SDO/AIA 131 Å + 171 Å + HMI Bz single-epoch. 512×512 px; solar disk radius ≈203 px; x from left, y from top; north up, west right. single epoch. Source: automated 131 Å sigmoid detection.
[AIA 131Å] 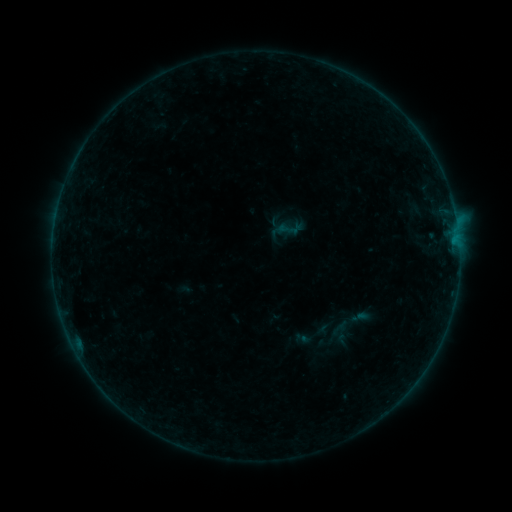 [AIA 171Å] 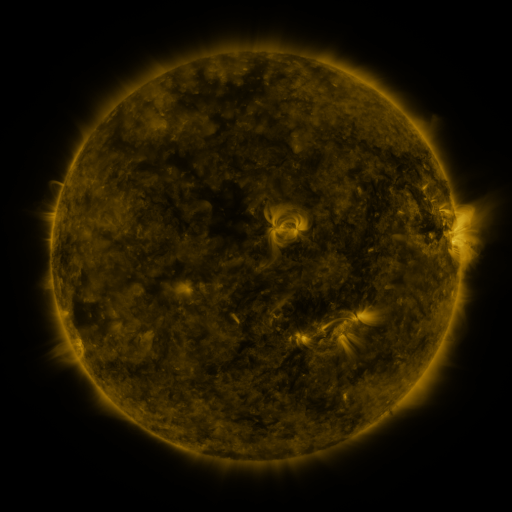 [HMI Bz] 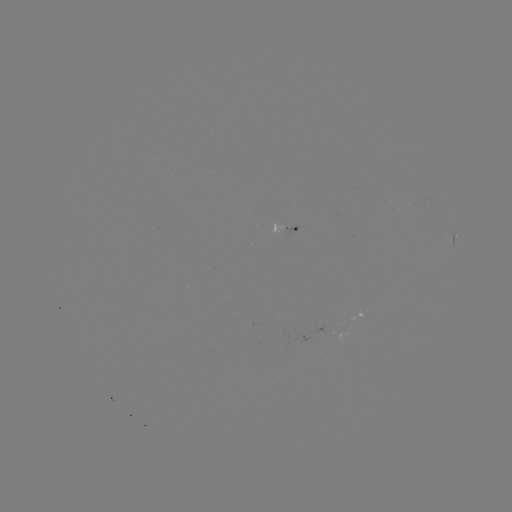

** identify sigmoid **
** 290,228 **